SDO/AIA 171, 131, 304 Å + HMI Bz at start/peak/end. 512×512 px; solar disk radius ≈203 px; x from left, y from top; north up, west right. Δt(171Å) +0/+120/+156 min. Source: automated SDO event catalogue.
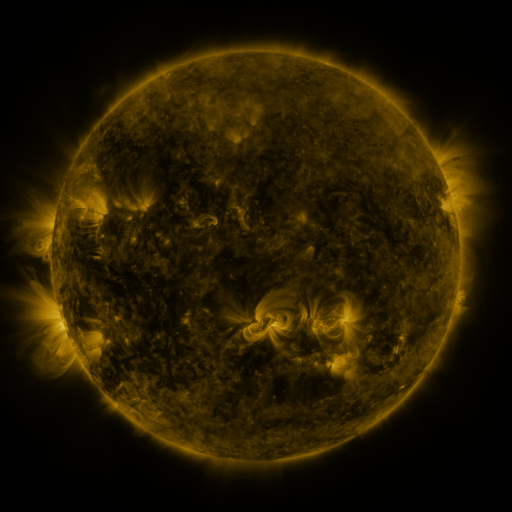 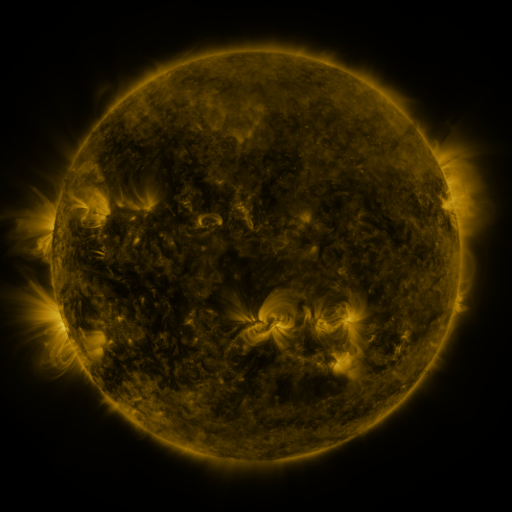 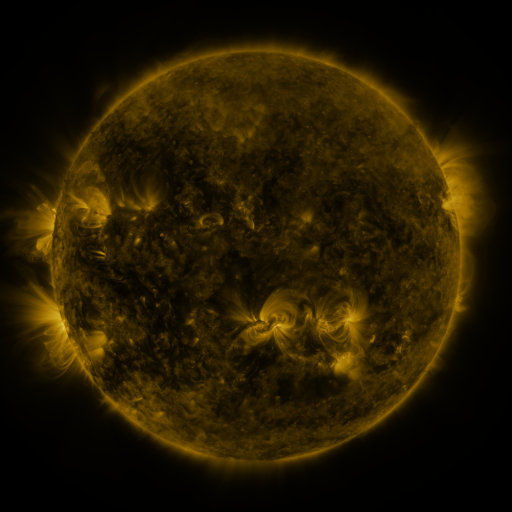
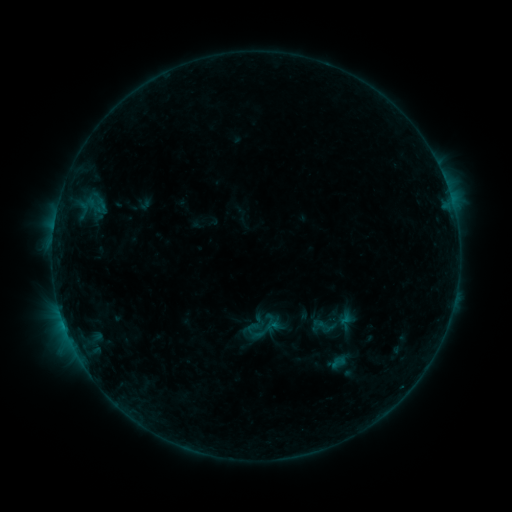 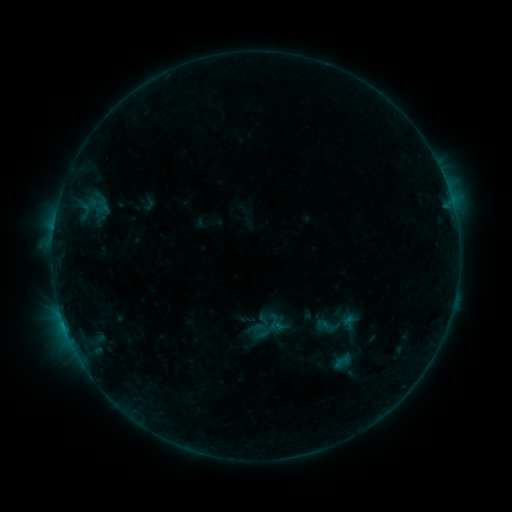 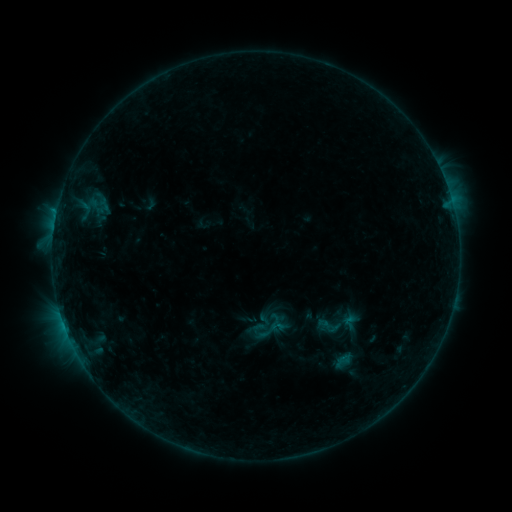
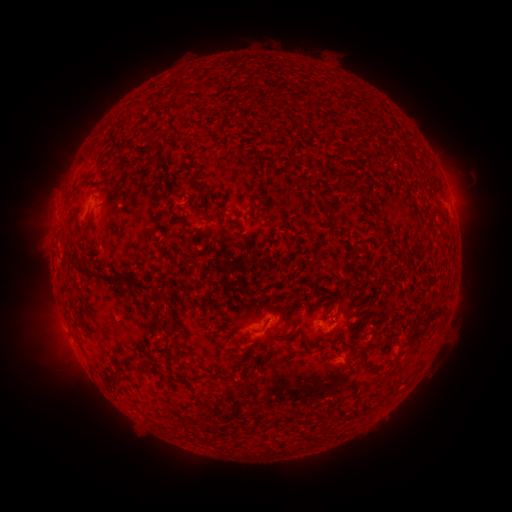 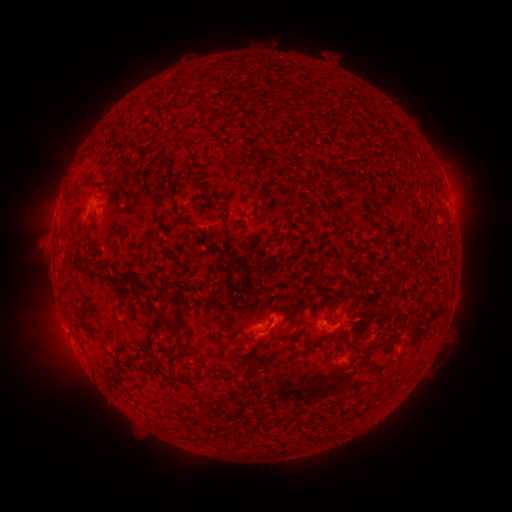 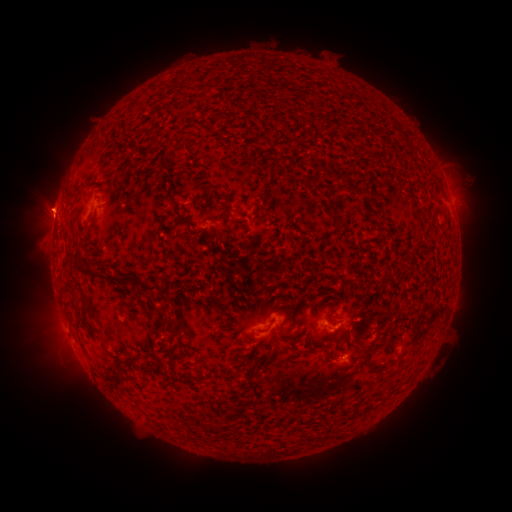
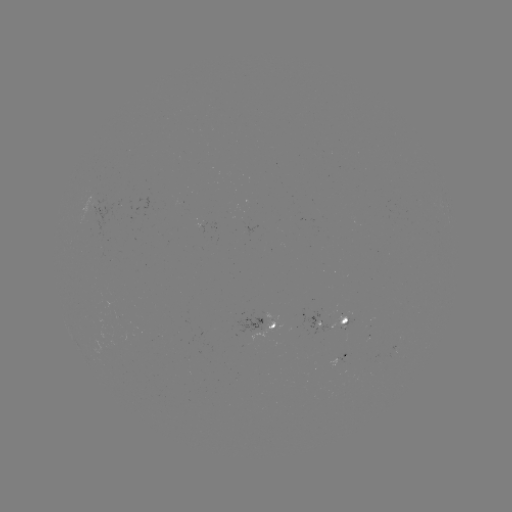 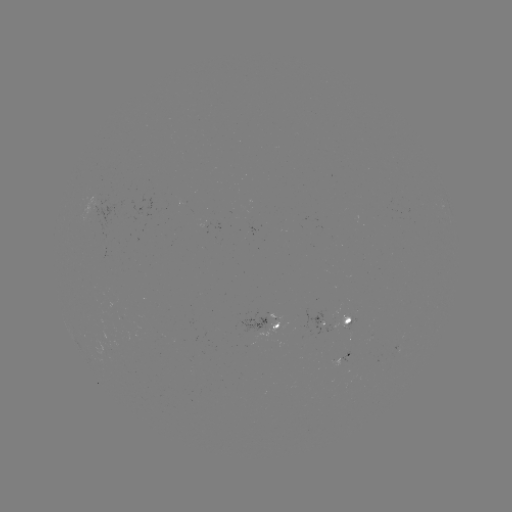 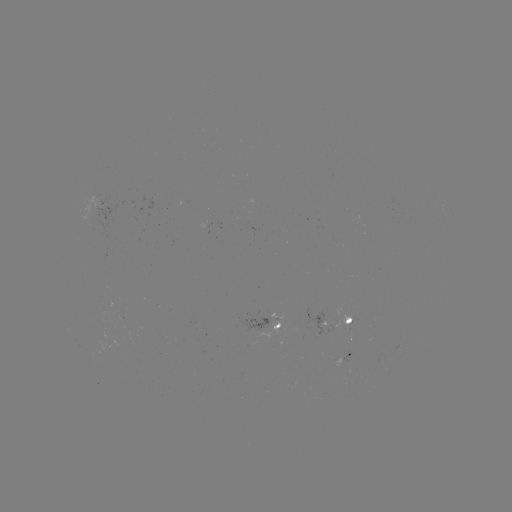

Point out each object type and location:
emerging-flux region: (96, 204)
